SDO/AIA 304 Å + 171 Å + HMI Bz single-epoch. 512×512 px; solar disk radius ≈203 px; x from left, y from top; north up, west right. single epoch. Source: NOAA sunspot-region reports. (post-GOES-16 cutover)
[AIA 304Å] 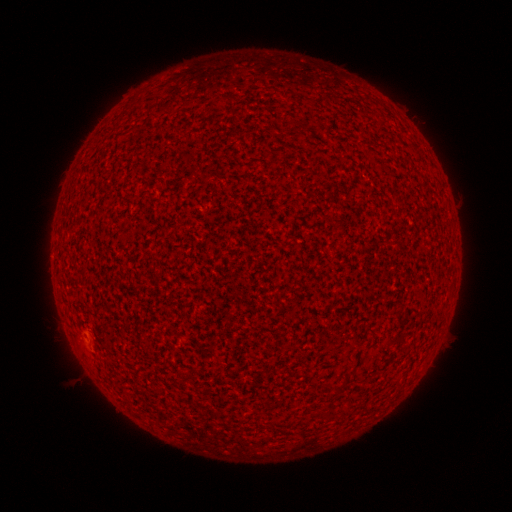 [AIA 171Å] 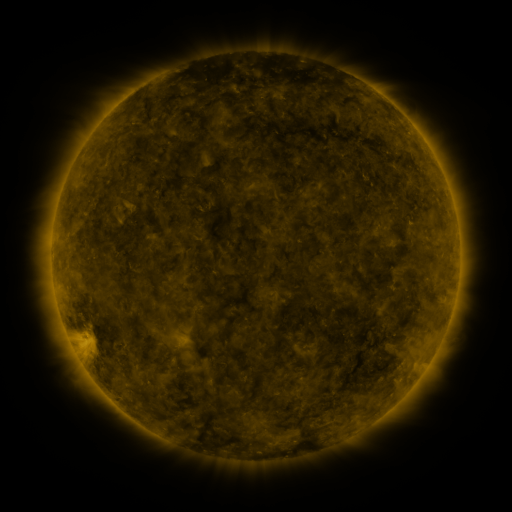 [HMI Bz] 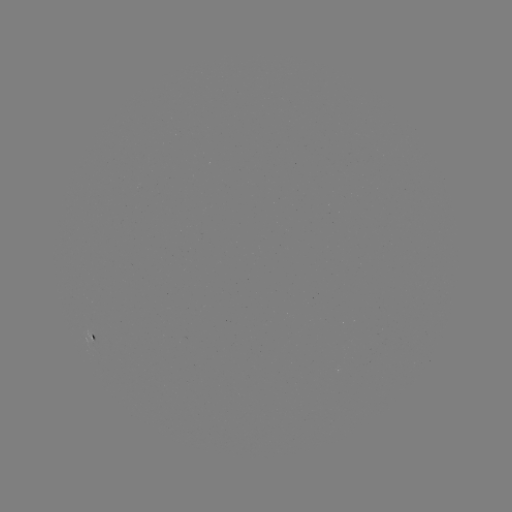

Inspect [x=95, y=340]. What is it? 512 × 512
spotted active region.